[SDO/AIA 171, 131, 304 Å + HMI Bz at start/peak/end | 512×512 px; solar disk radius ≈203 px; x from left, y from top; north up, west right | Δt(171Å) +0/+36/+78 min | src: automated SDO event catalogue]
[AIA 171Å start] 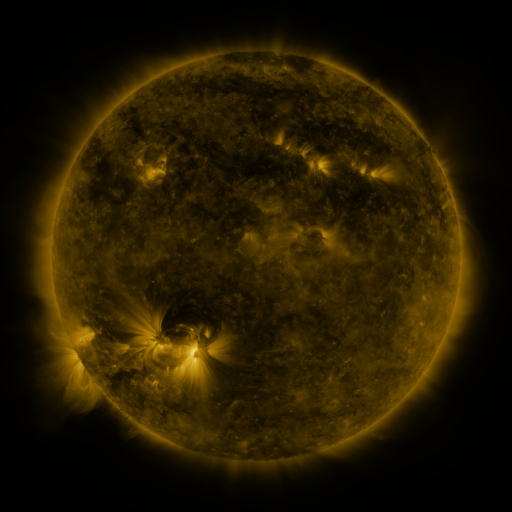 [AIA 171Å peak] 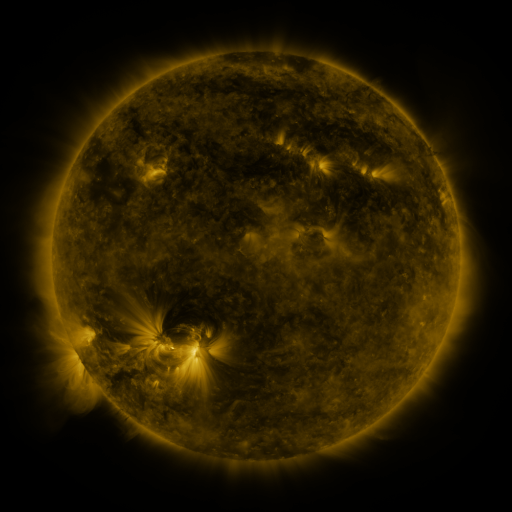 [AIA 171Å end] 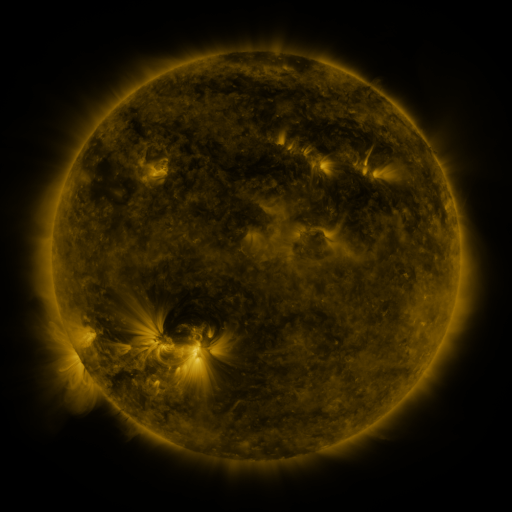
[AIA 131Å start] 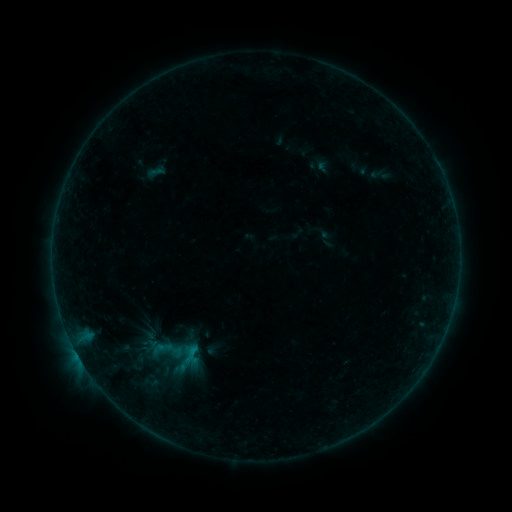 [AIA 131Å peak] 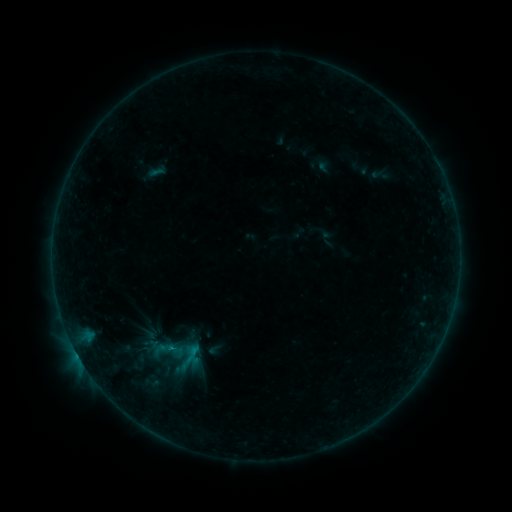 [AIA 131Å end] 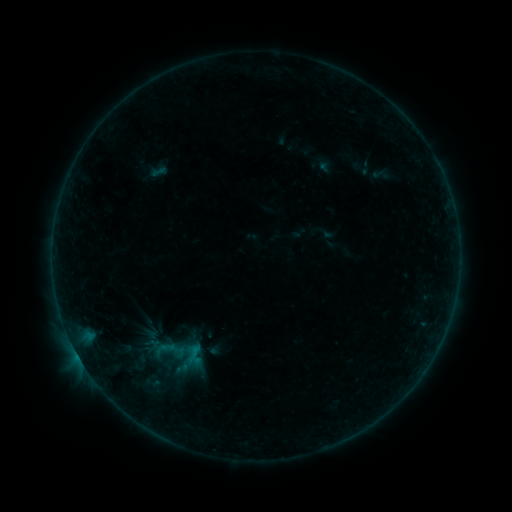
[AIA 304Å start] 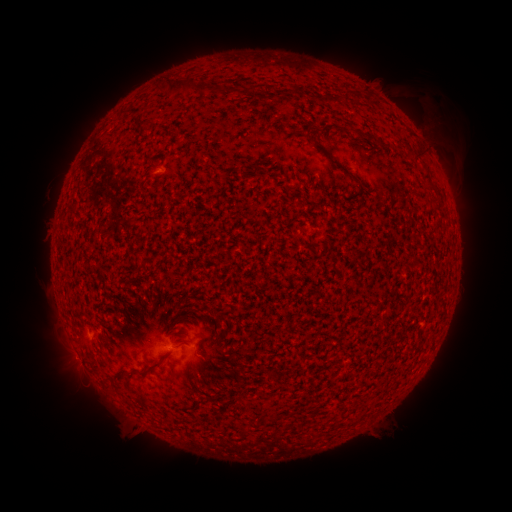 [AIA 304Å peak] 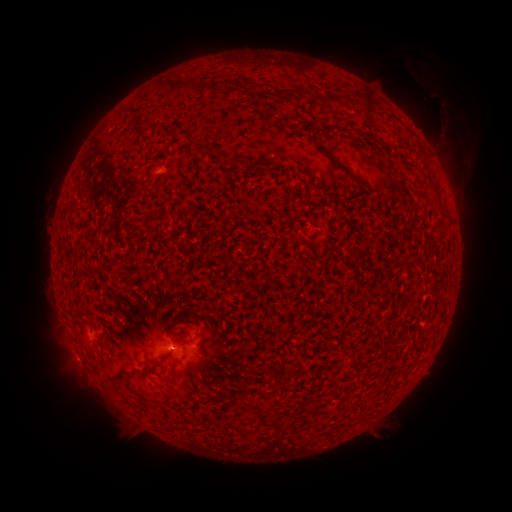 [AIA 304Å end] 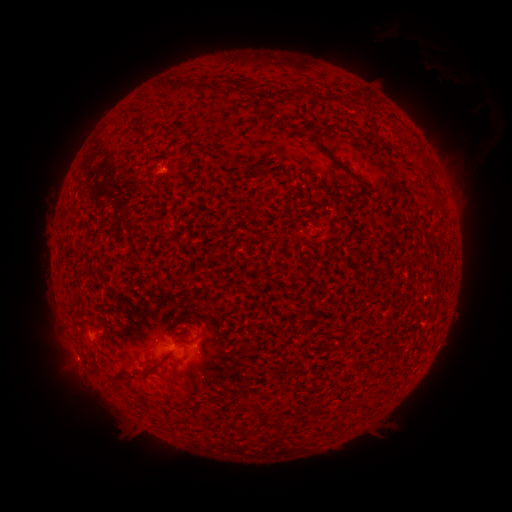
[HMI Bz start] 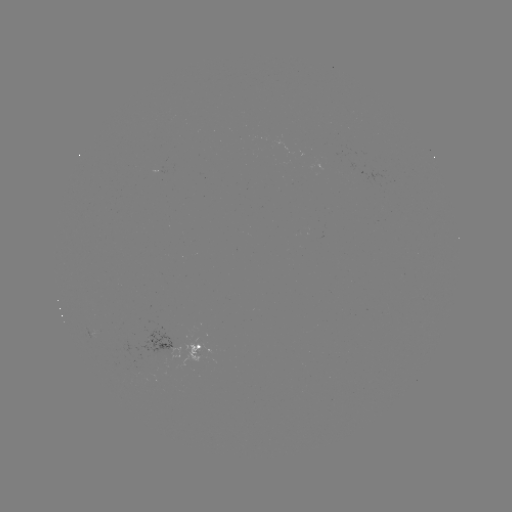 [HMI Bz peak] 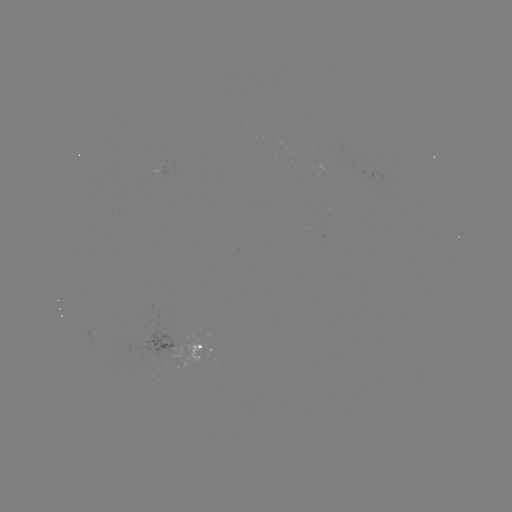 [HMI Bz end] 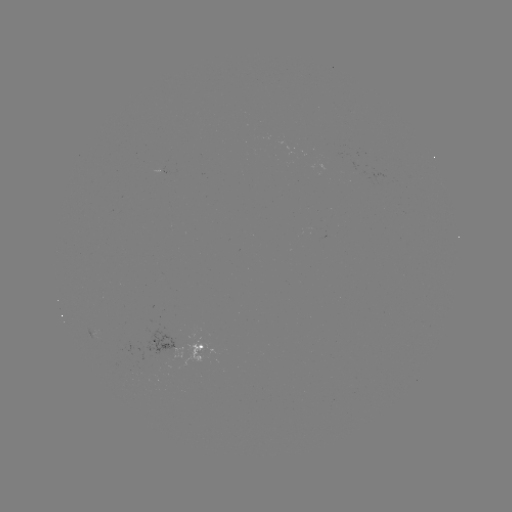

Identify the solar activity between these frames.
eruption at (441, 109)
